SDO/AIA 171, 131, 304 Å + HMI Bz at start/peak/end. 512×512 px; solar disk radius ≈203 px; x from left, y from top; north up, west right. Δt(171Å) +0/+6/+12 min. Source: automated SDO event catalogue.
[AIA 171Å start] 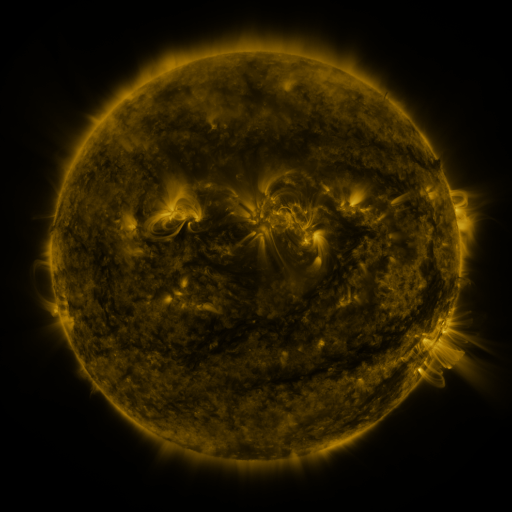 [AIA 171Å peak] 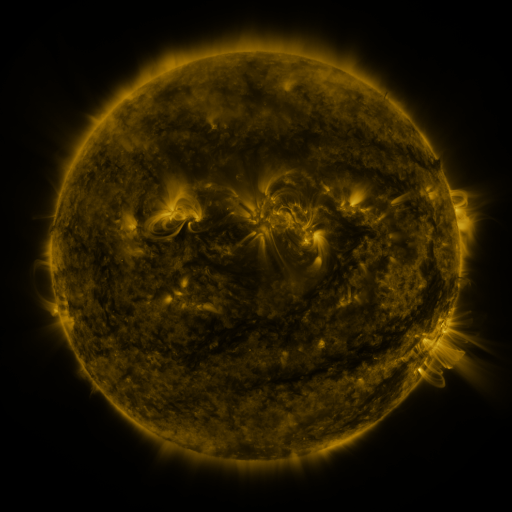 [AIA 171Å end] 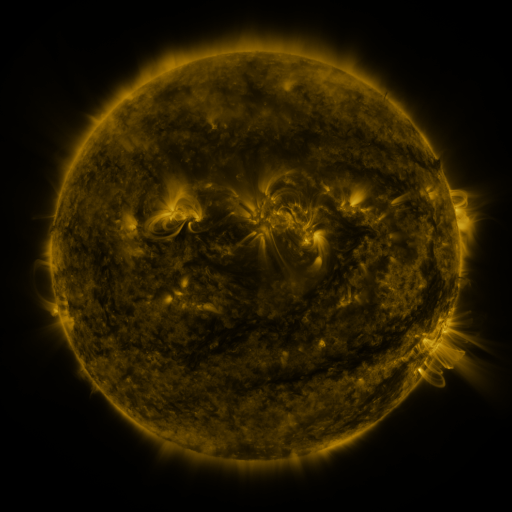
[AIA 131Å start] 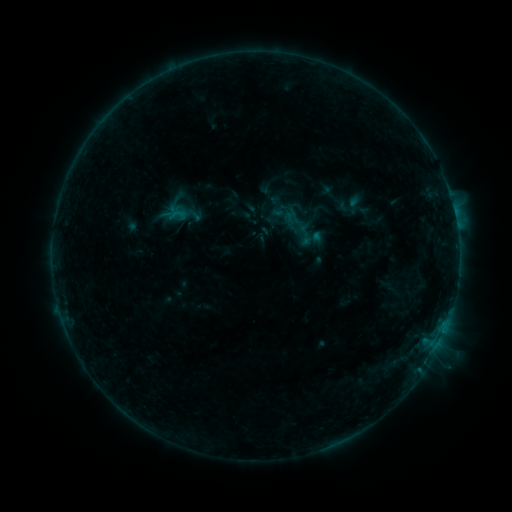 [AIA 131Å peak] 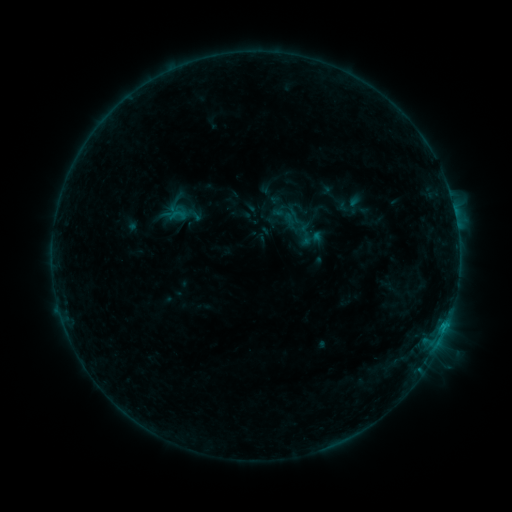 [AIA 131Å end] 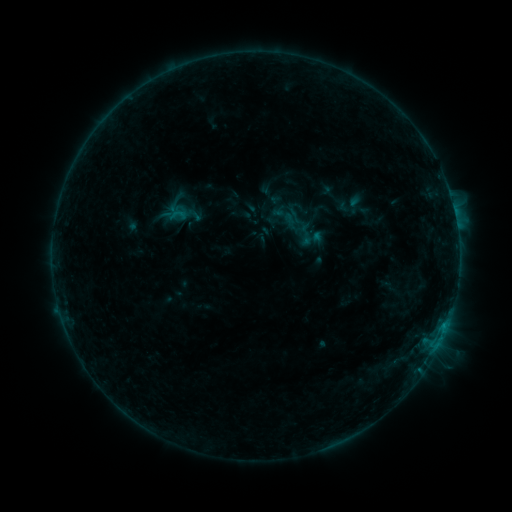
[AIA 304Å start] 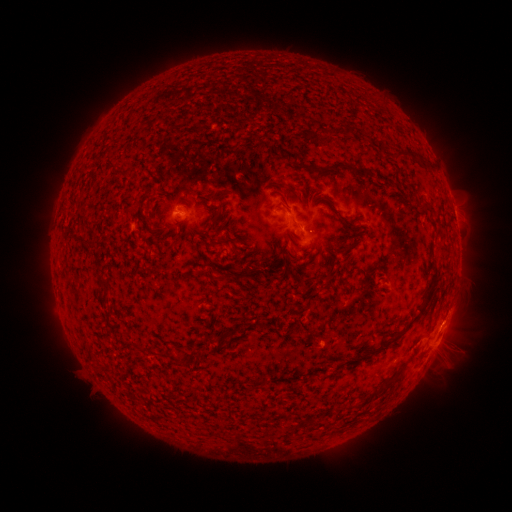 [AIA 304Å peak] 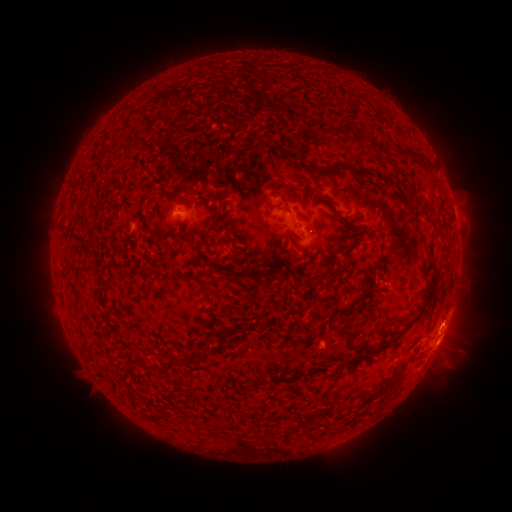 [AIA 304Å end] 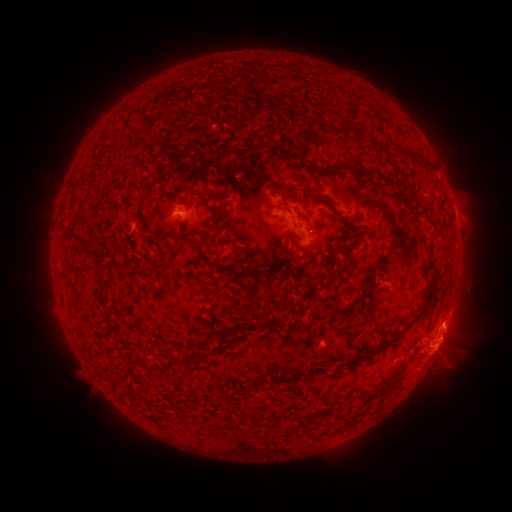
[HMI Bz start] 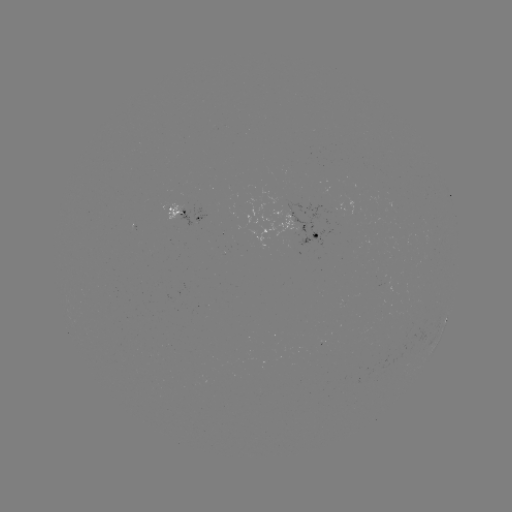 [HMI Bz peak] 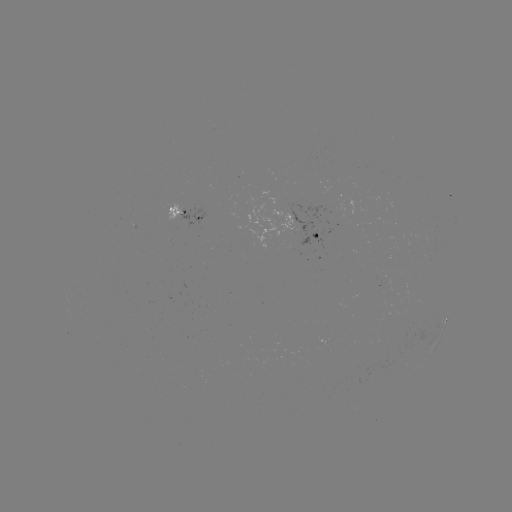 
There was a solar eruption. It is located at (444, 334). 